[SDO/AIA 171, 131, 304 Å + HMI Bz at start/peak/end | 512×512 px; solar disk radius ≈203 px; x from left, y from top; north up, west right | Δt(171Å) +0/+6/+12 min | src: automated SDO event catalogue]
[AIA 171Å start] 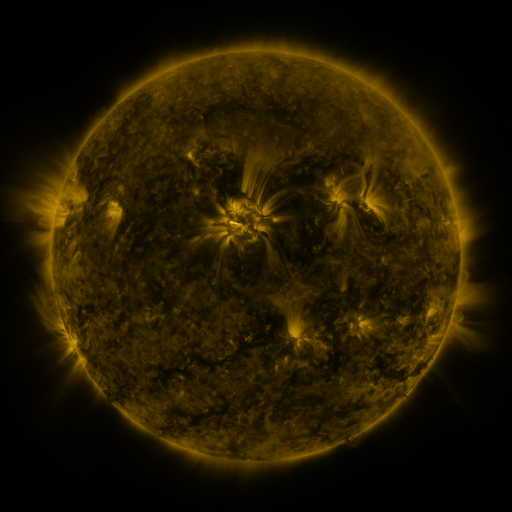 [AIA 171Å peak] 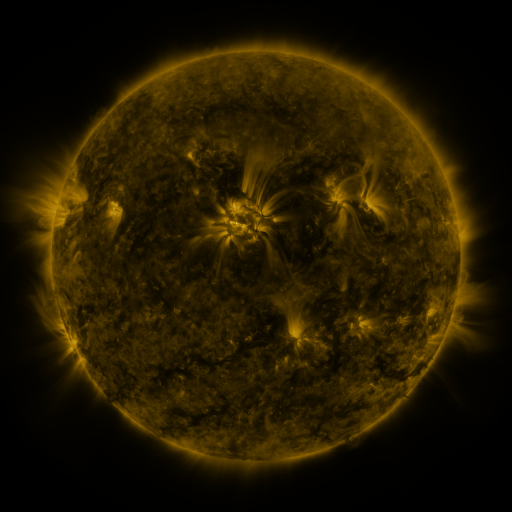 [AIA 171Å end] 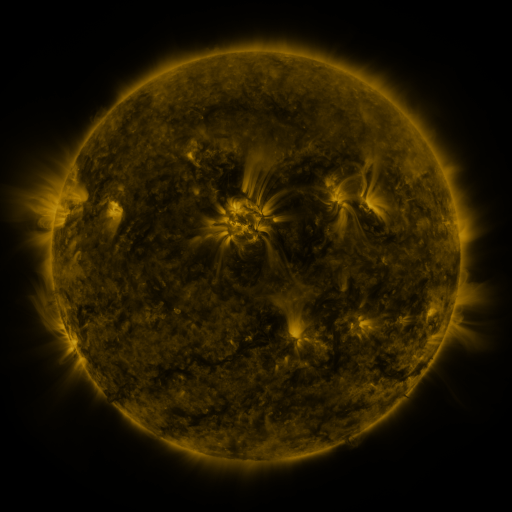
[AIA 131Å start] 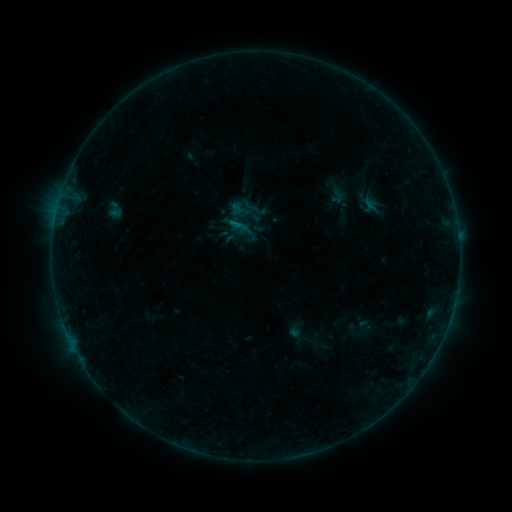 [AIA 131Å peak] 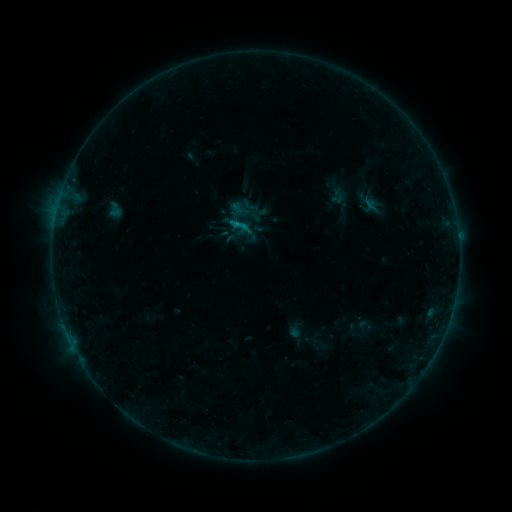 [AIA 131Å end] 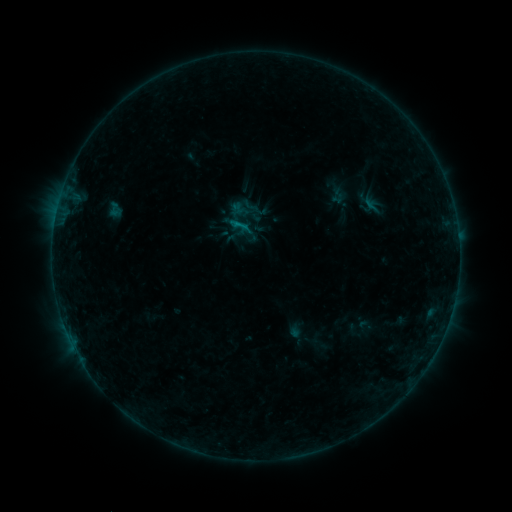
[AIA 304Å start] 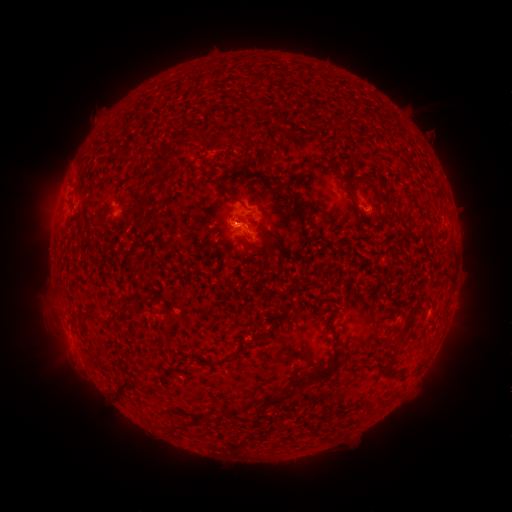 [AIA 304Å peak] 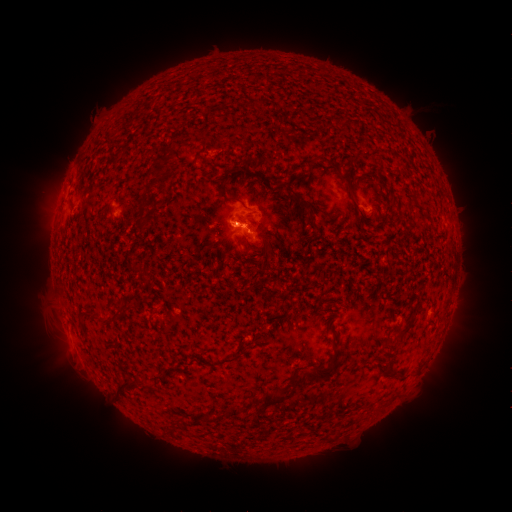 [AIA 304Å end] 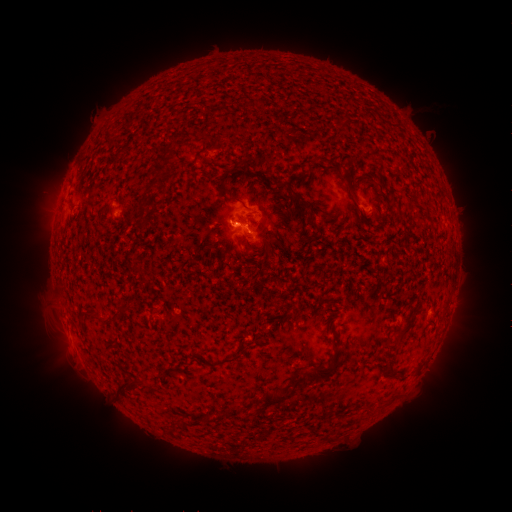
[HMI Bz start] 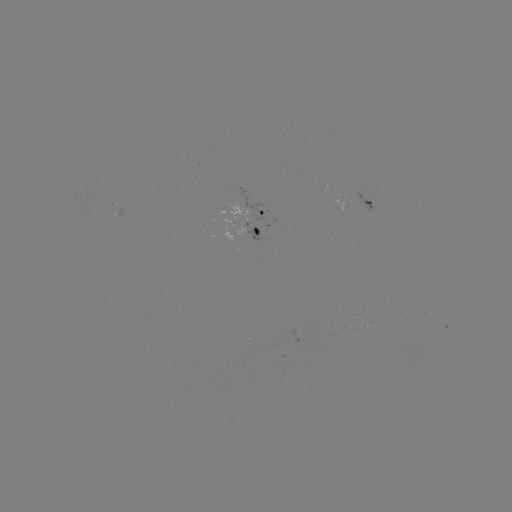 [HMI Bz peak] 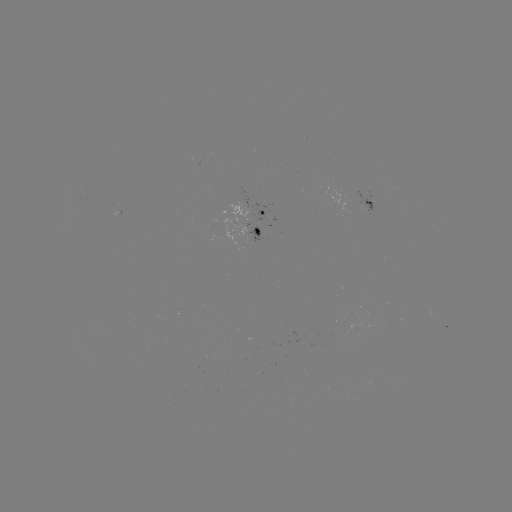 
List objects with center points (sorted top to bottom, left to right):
B3.9 flare: (245, 229)
